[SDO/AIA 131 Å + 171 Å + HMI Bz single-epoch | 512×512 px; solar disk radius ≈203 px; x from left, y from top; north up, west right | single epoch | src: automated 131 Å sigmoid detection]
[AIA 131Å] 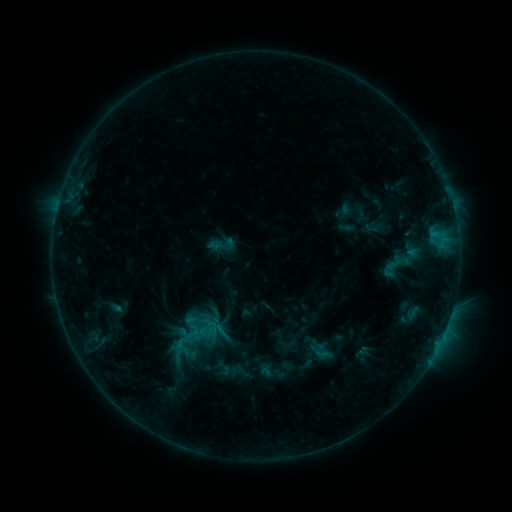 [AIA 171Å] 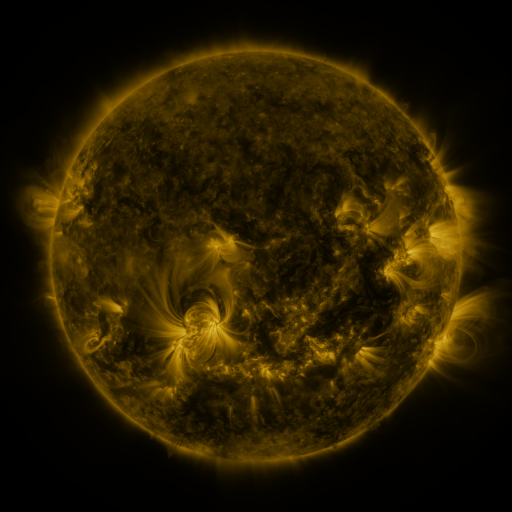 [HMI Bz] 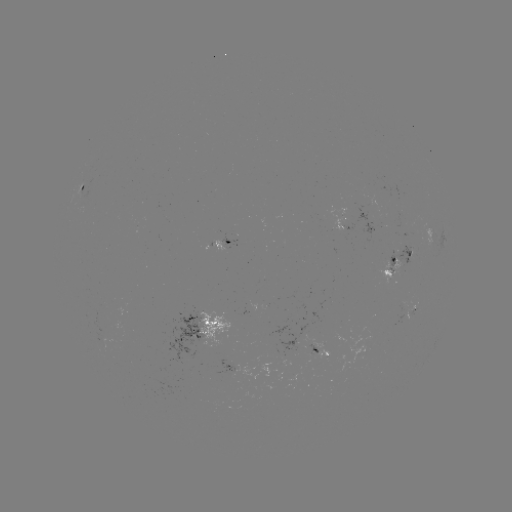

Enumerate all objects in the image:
sigmoid: (221, 244)
sigmoid: (392, 268)
